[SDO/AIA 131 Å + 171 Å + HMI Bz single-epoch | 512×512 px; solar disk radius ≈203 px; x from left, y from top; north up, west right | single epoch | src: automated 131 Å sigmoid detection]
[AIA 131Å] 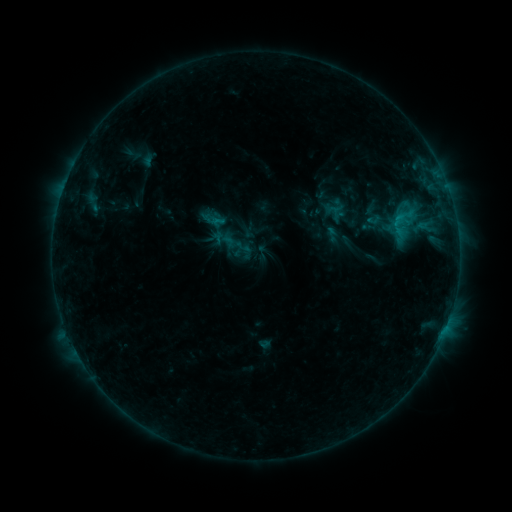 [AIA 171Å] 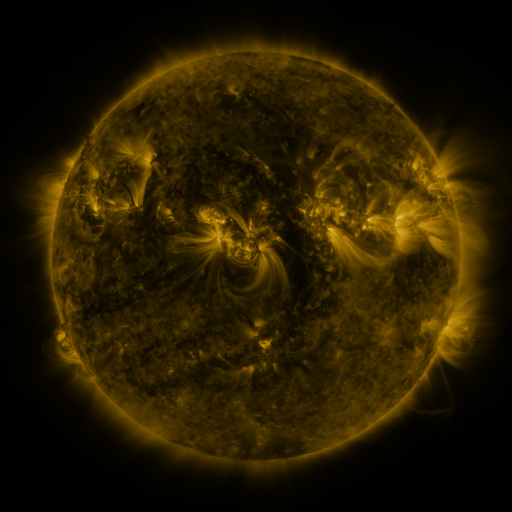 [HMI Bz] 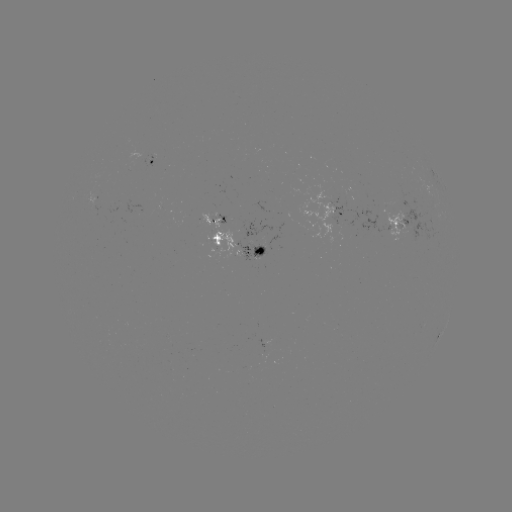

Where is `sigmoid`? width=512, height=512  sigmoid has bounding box [221, 229, 250, 259].